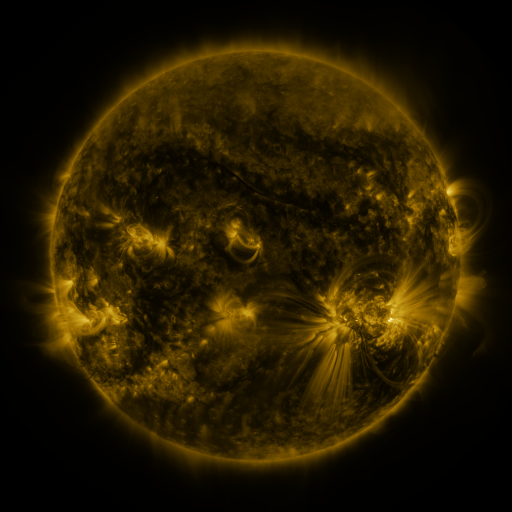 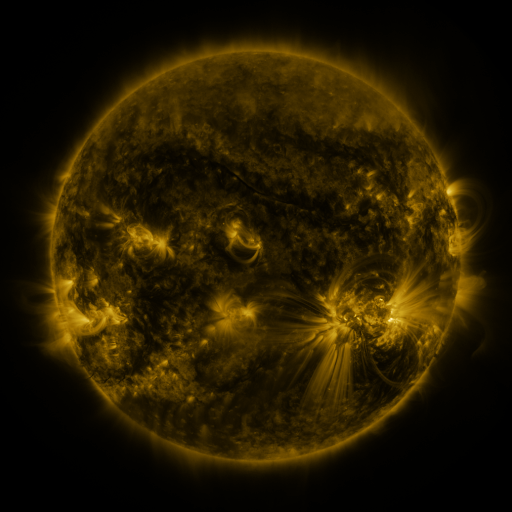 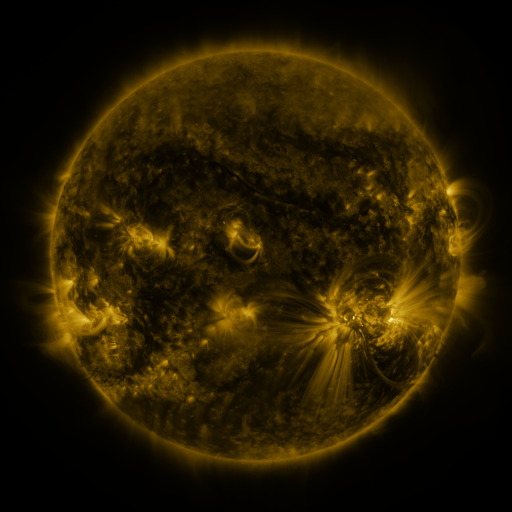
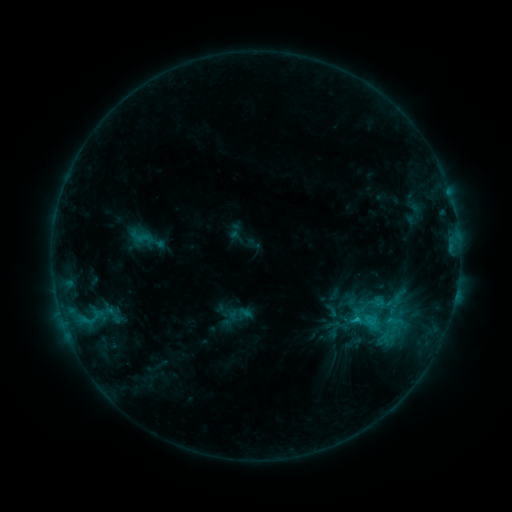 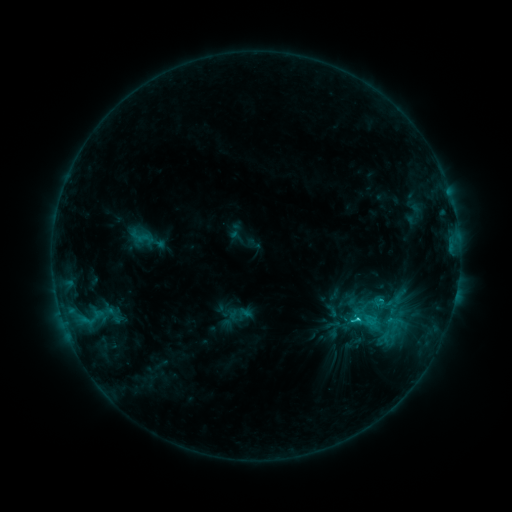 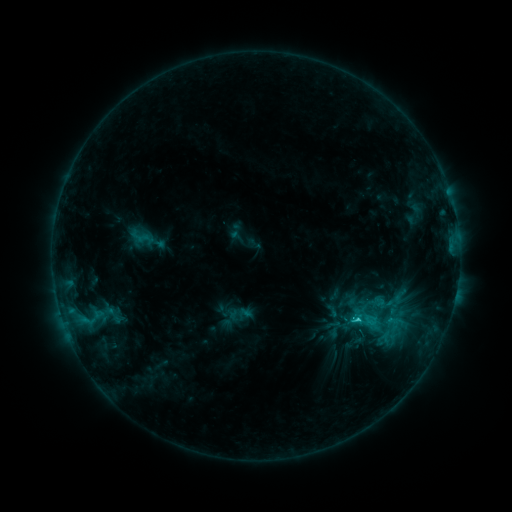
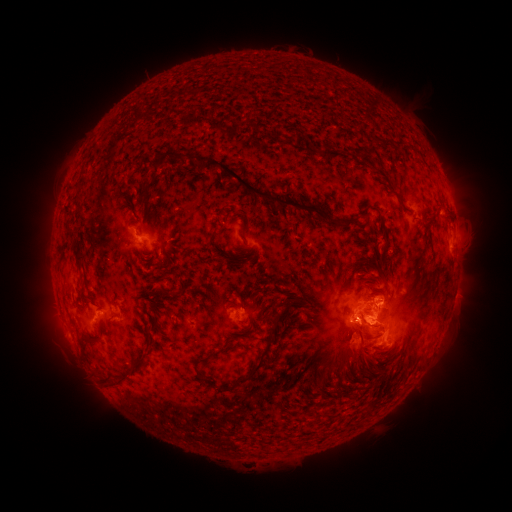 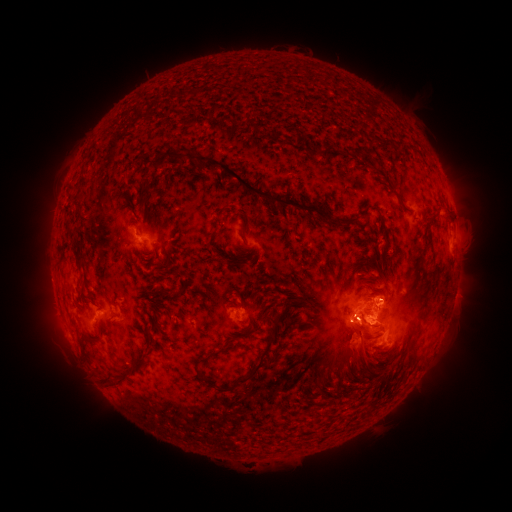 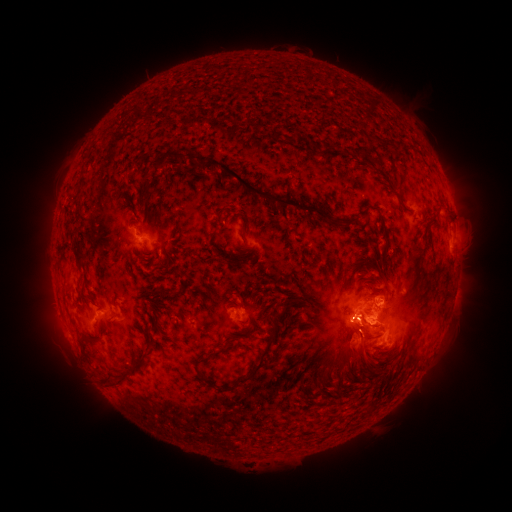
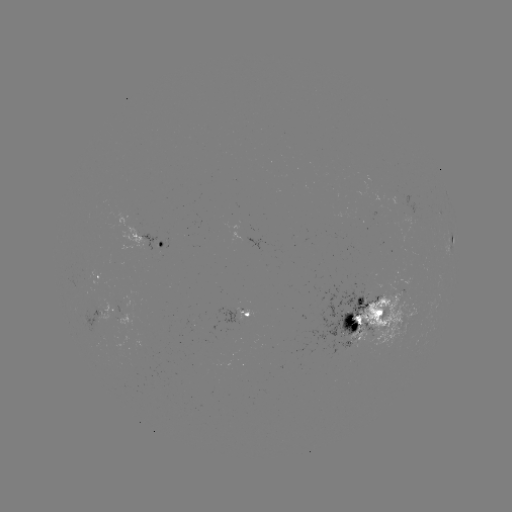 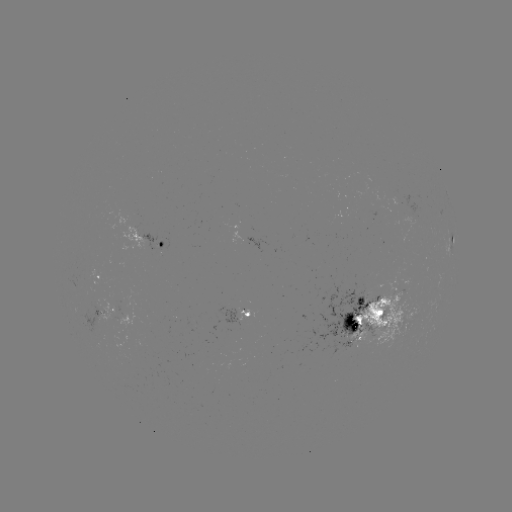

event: flare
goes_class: C2.8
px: (355, 316)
